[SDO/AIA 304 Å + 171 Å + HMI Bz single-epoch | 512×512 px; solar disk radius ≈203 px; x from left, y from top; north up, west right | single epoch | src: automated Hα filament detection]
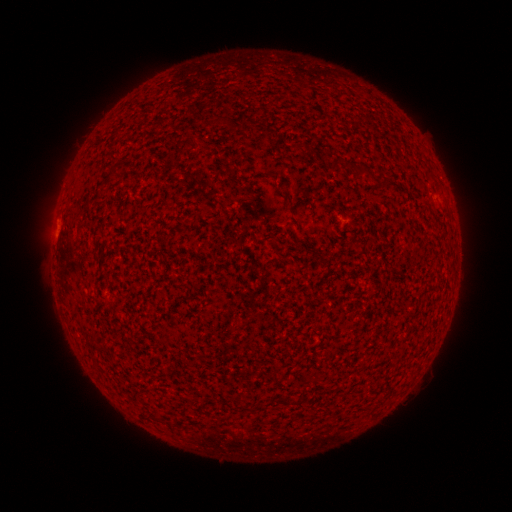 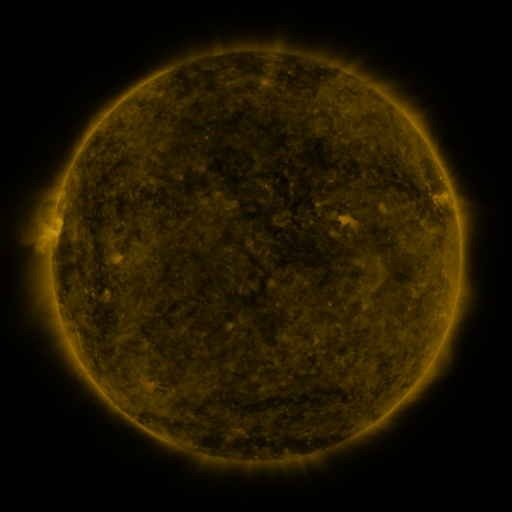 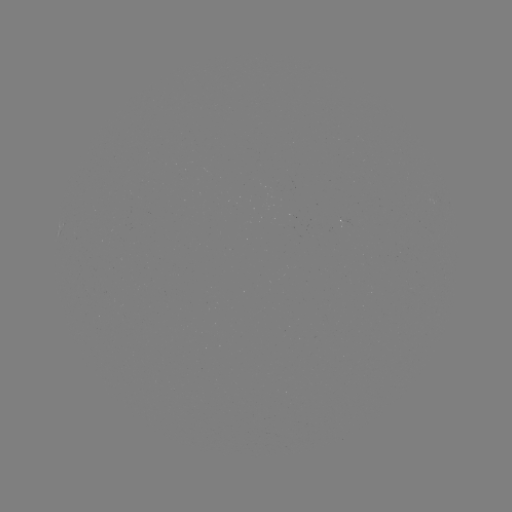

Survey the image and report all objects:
filament: (214, 115, 251, 127)
filament: (109, 154, 118, 162)
filament: (355, 166, 368, 175)
filament: (279, 190, 293, 206)
filament: (279, 397, 289, 407)
filament: (148, 412, 161, 423)
